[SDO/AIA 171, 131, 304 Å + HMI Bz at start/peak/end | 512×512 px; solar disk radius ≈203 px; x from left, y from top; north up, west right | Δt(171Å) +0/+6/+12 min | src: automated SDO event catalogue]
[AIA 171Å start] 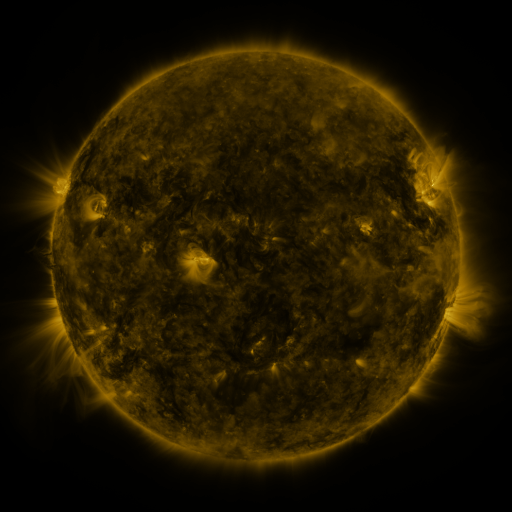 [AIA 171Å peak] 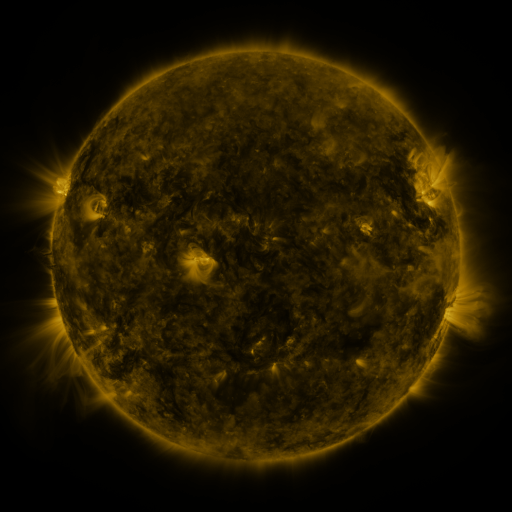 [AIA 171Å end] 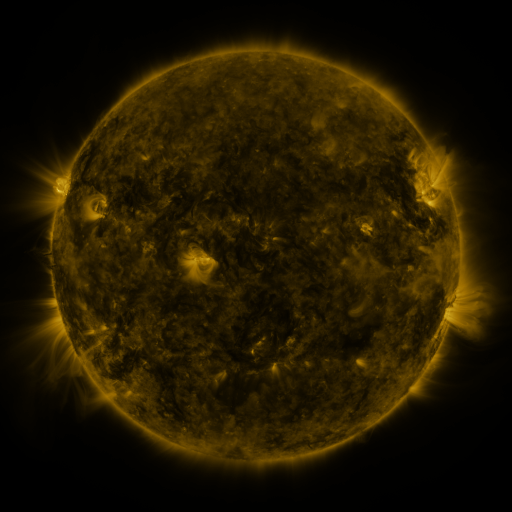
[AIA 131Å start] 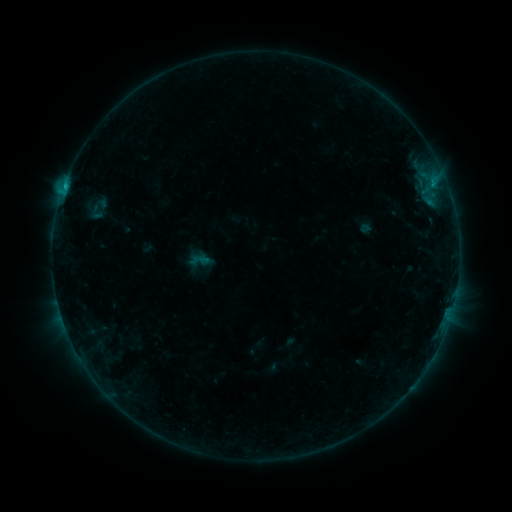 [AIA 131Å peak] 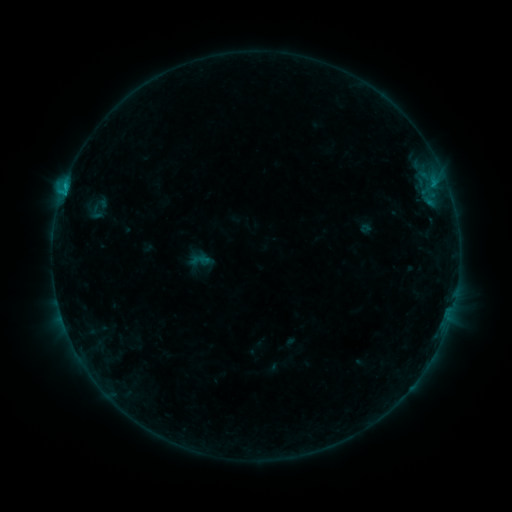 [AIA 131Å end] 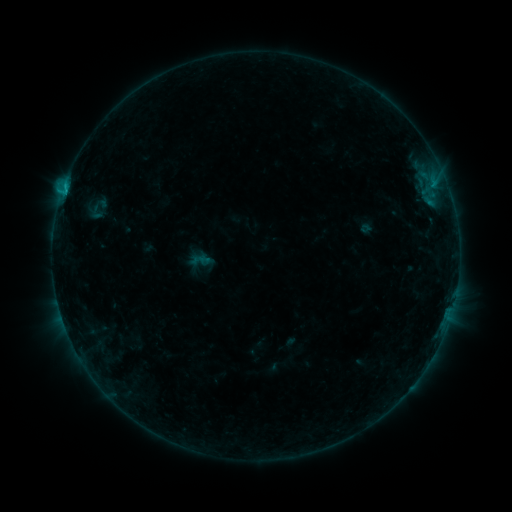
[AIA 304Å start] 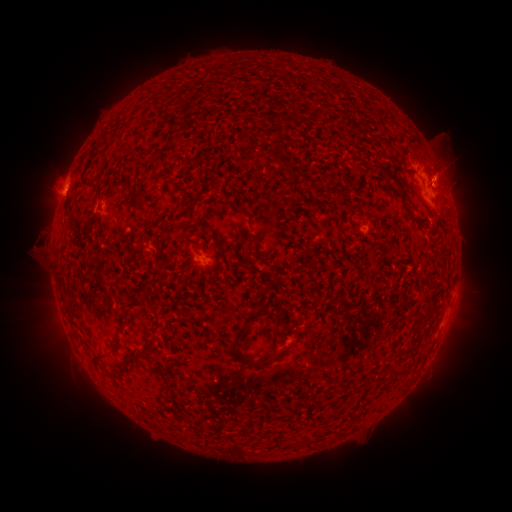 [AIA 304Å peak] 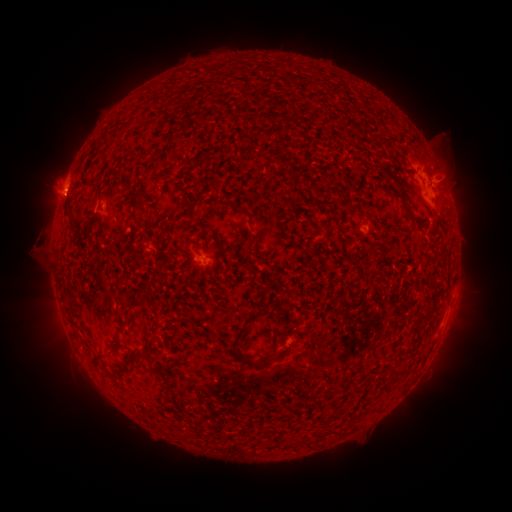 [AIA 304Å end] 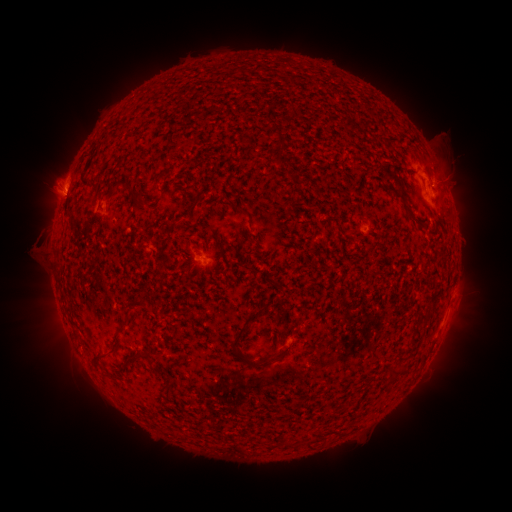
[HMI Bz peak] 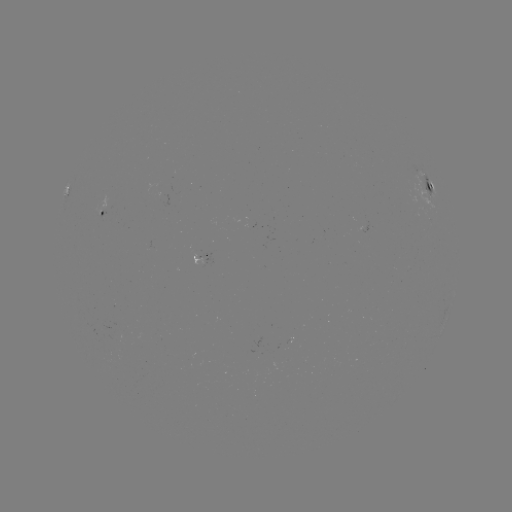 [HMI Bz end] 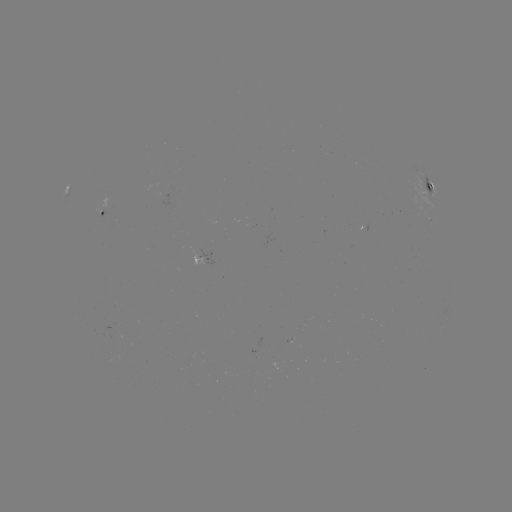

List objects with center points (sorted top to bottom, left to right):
eruption: (452, 174)
